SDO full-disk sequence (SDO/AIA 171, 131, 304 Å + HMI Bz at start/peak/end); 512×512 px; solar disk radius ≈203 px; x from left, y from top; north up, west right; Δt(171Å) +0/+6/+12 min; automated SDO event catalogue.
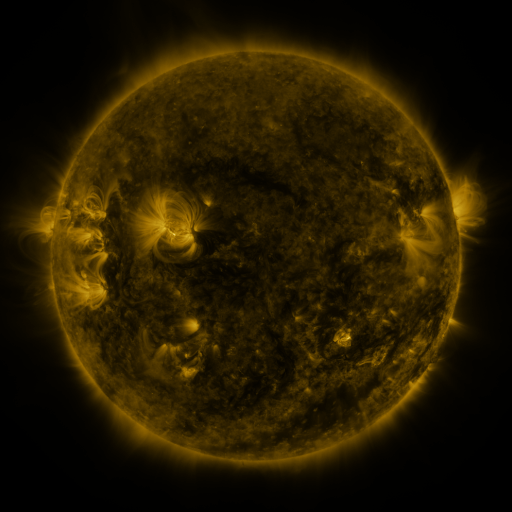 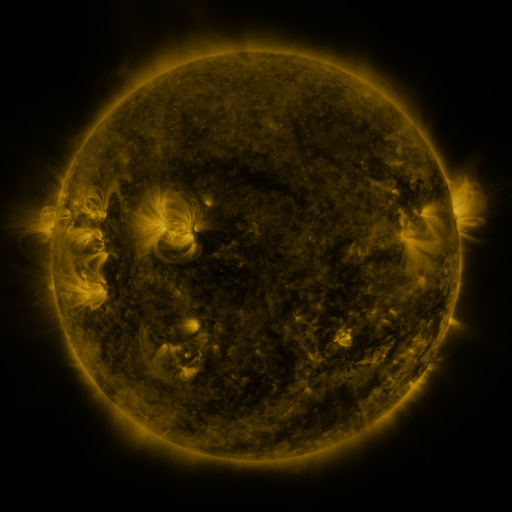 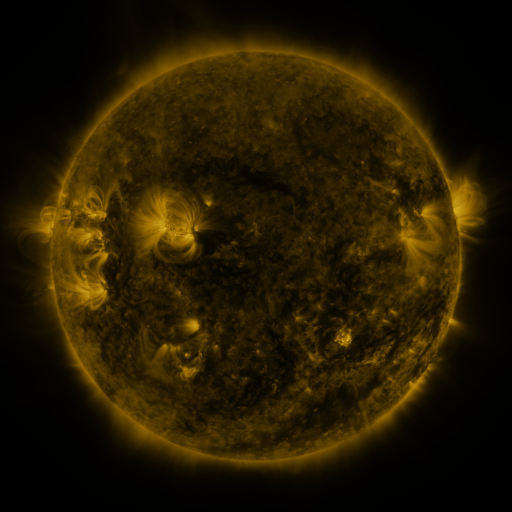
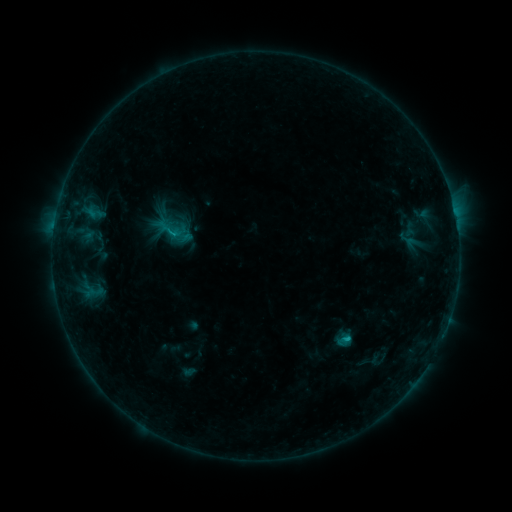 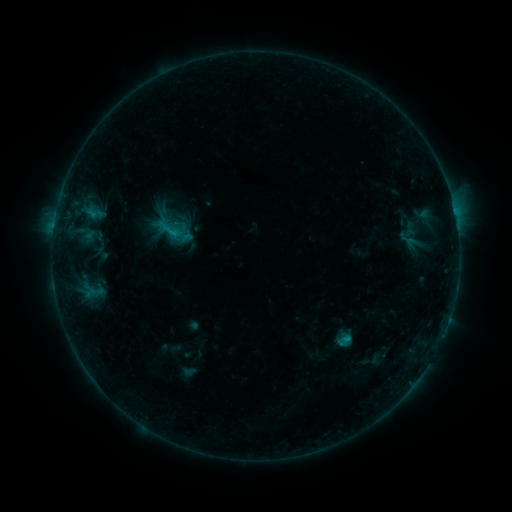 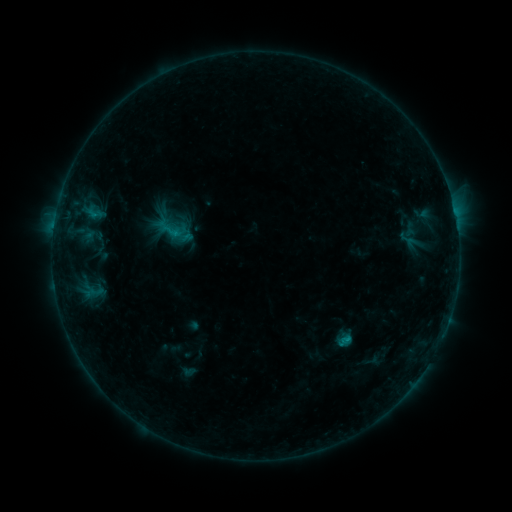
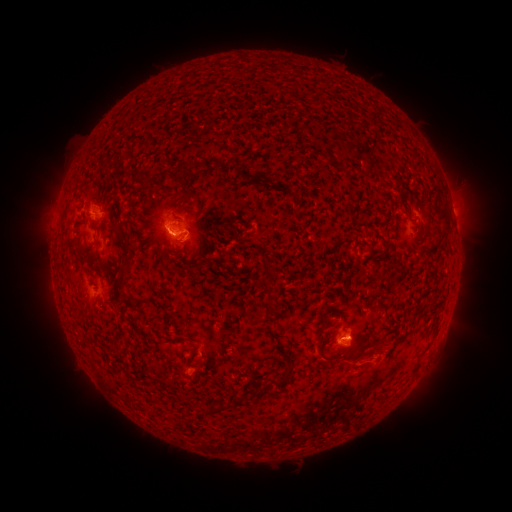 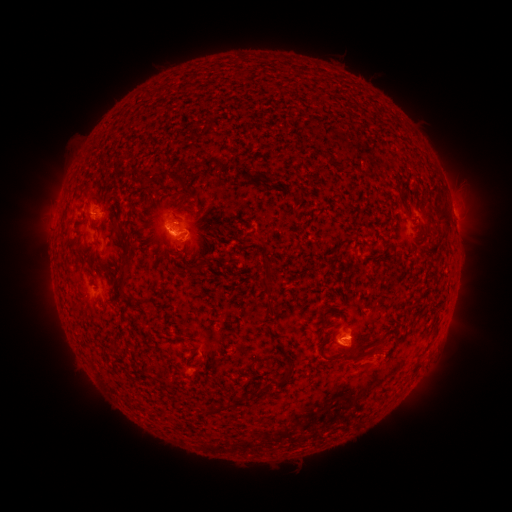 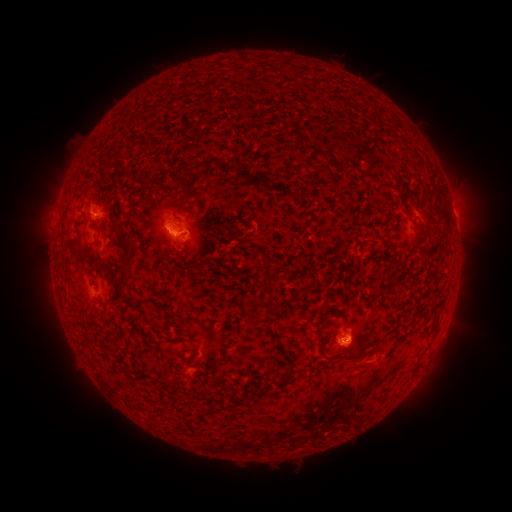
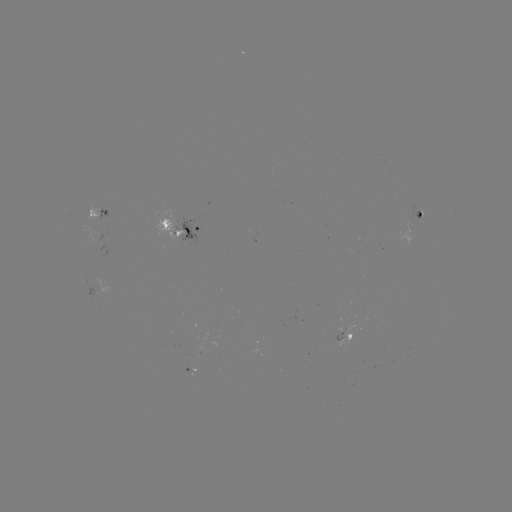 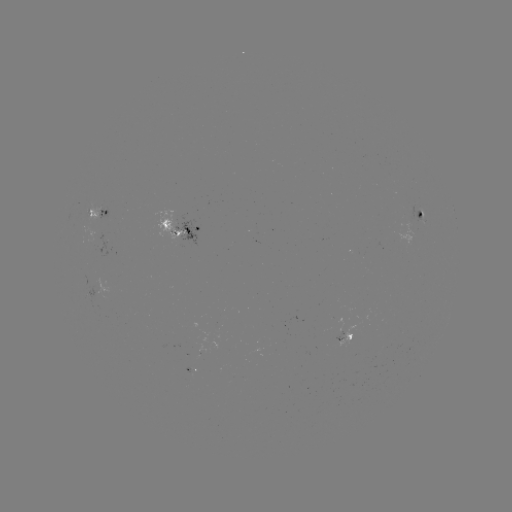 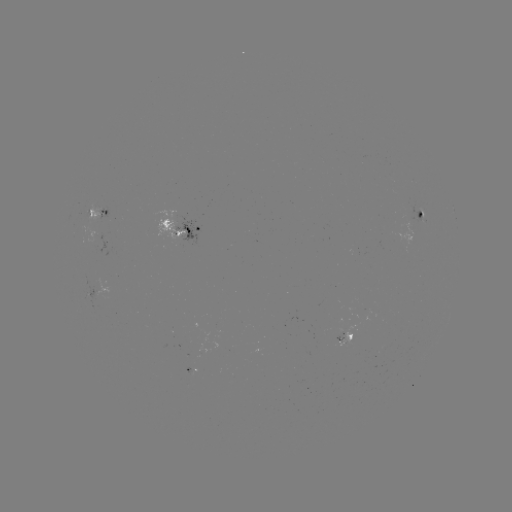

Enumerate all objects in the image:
eruption: (358, 363)
